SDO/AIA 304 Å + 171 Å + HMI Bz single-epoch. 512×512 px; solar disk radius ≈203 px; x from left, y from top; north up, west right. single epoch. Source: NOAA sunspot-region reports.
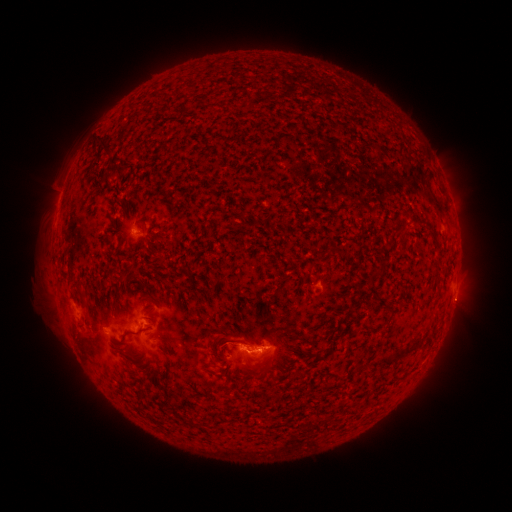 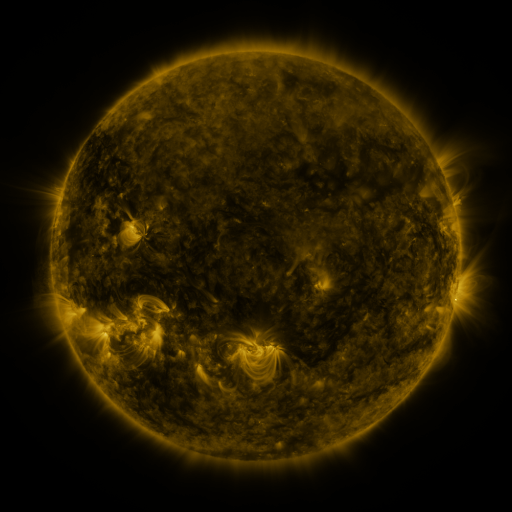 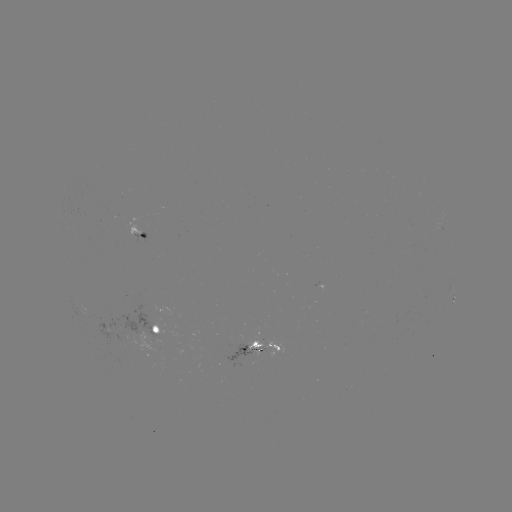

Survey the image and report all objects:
spotted active region: (141, 234)
spotted active region: (453, 300)
spotted active region: (158, 332)
spotted active region: (262, 349)
